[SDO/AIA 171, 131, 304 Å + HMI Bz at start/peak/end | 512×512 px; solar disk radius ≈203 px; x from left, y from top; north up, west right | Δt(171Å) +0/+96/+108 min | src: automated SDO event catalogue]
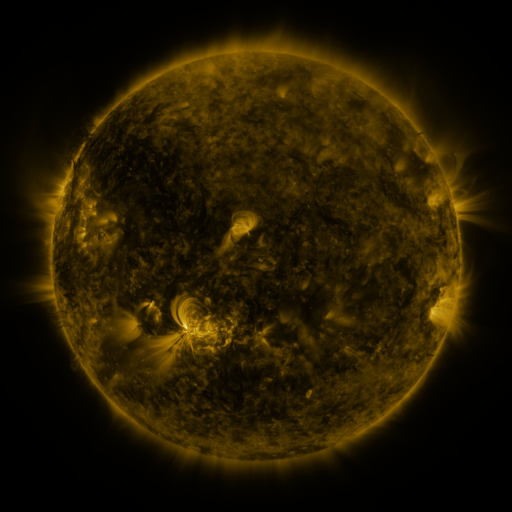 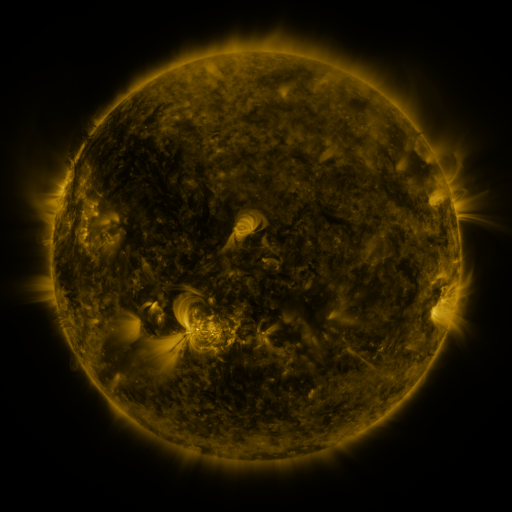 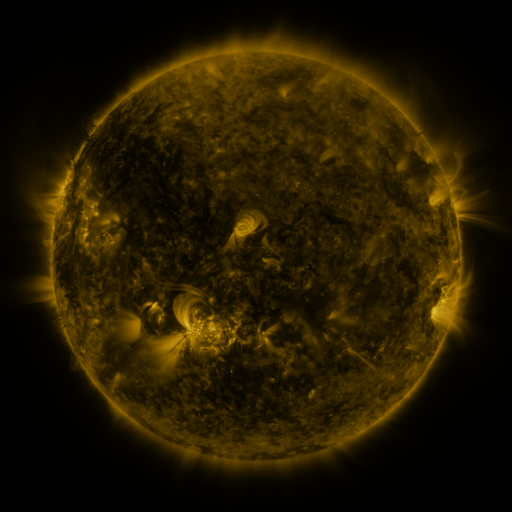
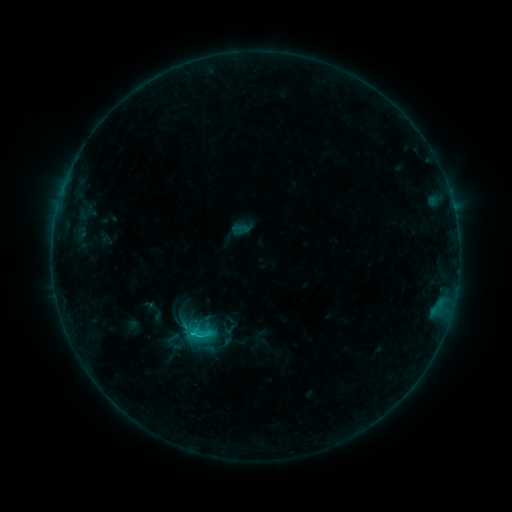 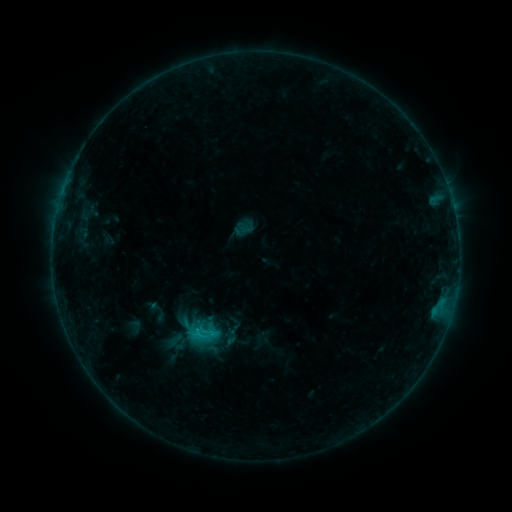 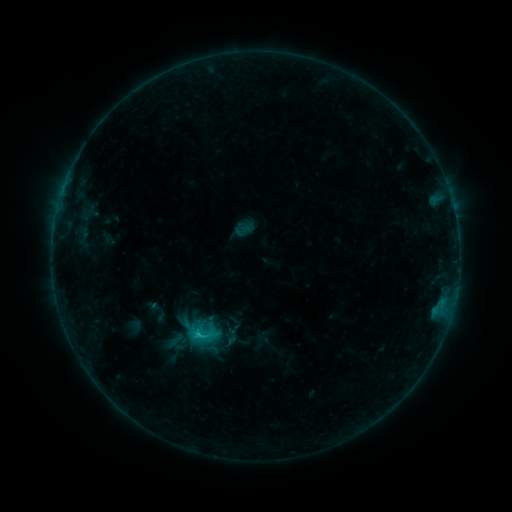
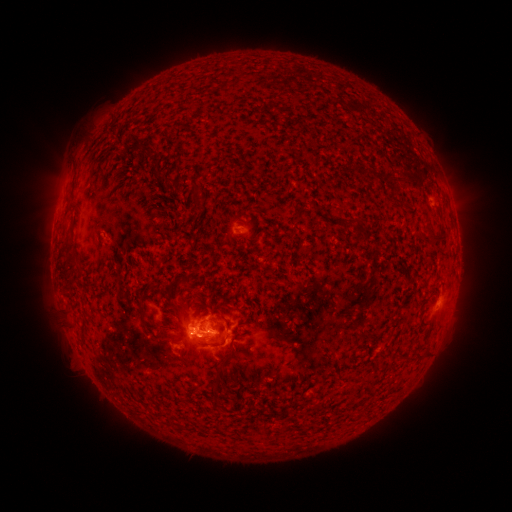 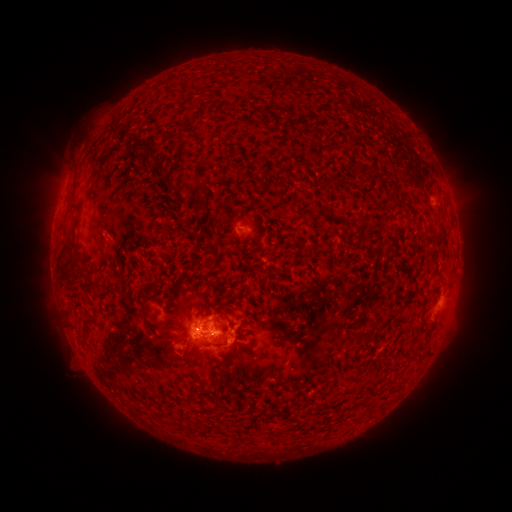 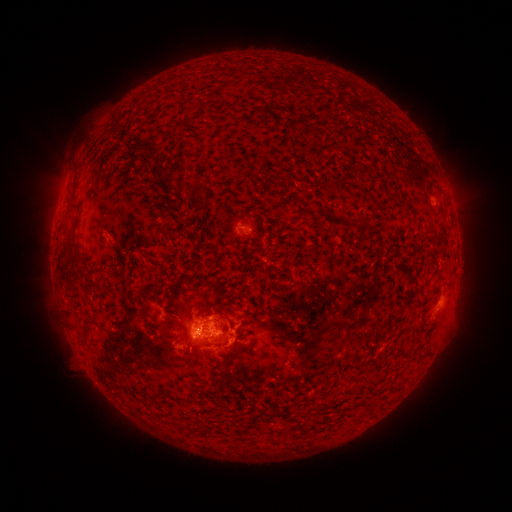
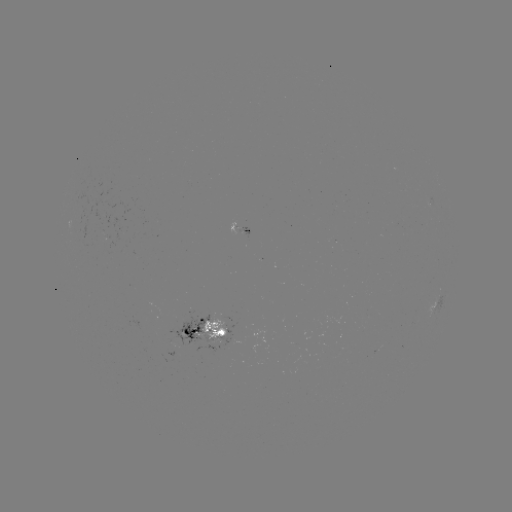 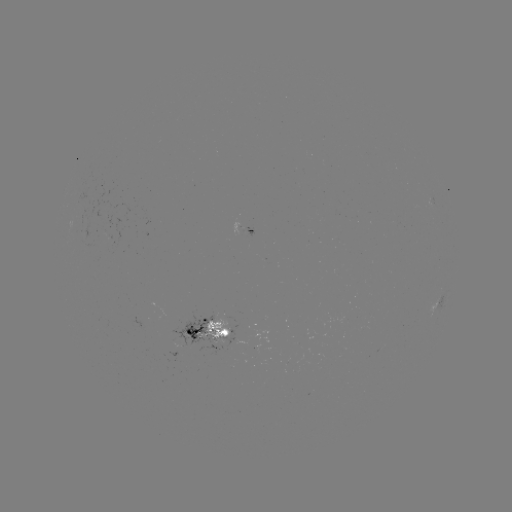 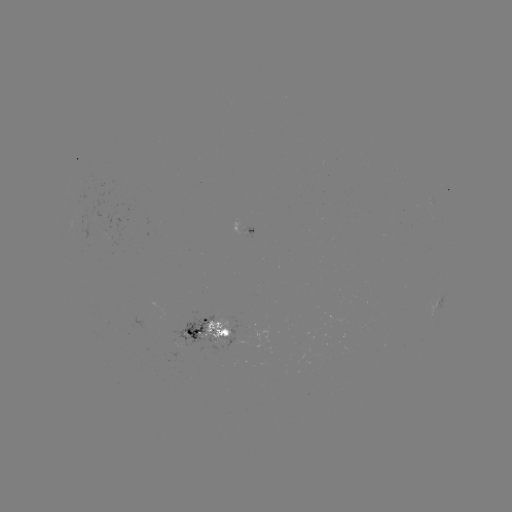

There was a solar emerging-flux region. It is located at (198, 332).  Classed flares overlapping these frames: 2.